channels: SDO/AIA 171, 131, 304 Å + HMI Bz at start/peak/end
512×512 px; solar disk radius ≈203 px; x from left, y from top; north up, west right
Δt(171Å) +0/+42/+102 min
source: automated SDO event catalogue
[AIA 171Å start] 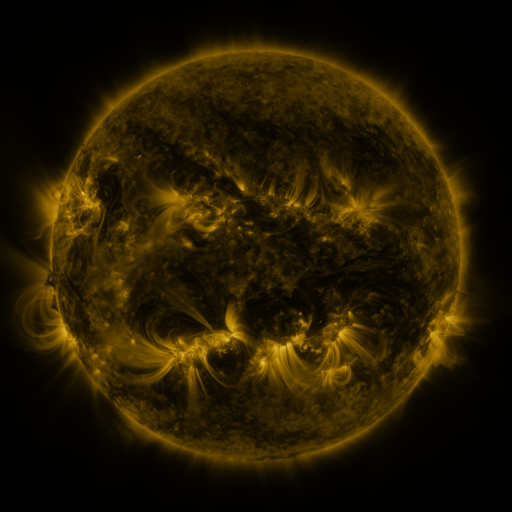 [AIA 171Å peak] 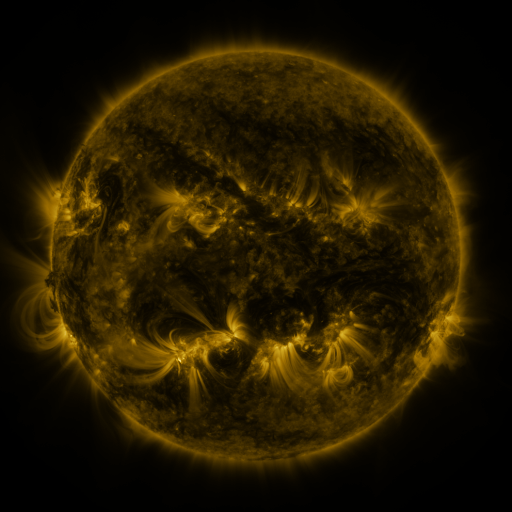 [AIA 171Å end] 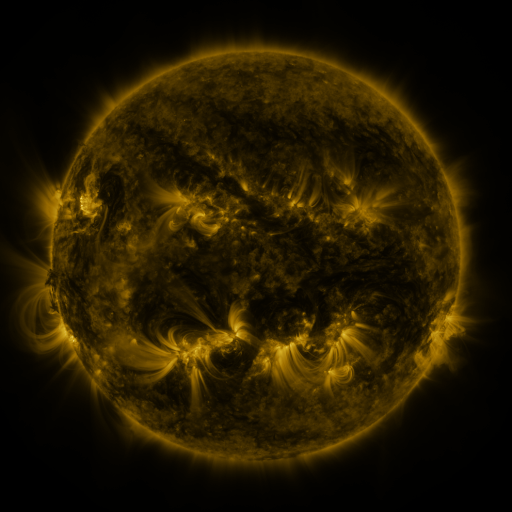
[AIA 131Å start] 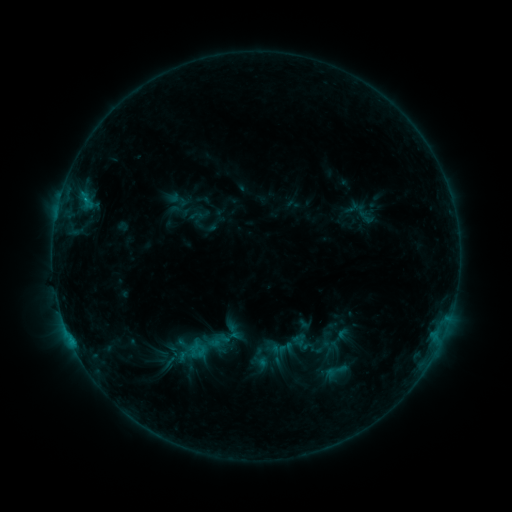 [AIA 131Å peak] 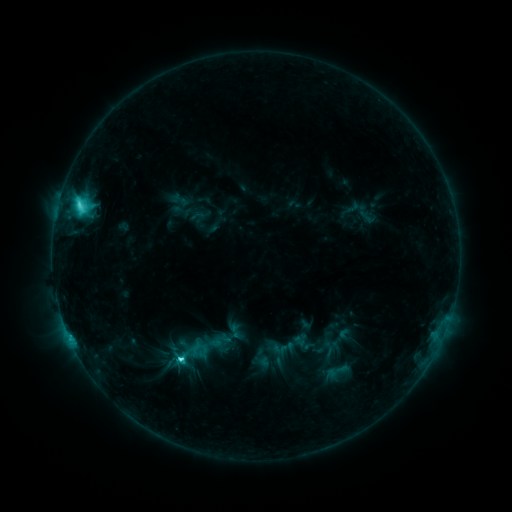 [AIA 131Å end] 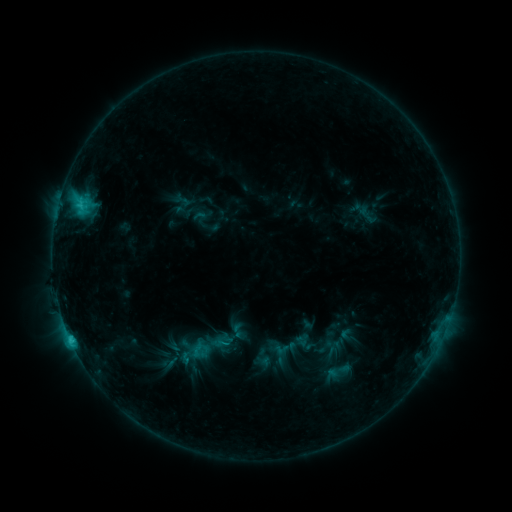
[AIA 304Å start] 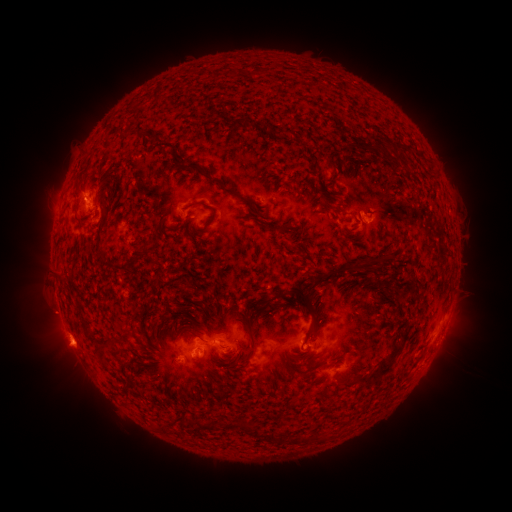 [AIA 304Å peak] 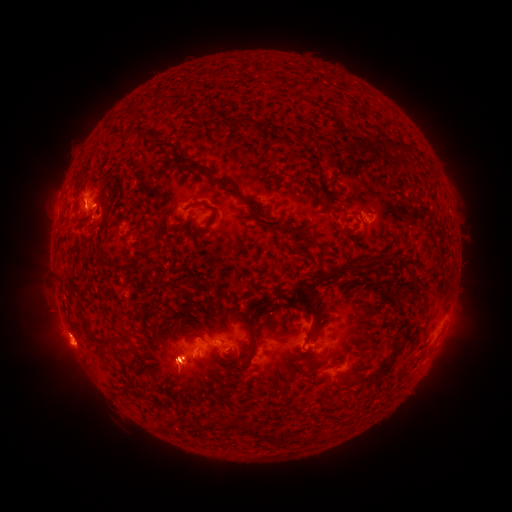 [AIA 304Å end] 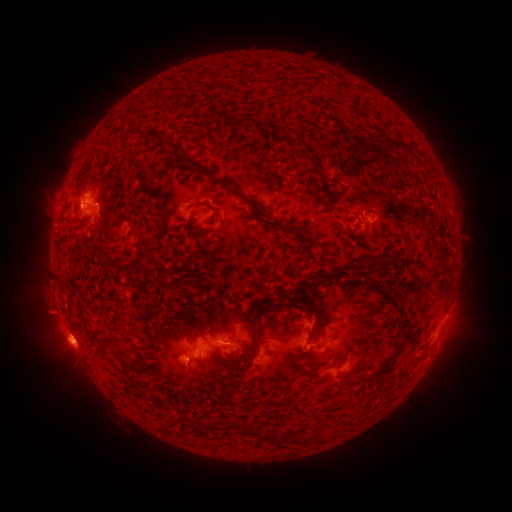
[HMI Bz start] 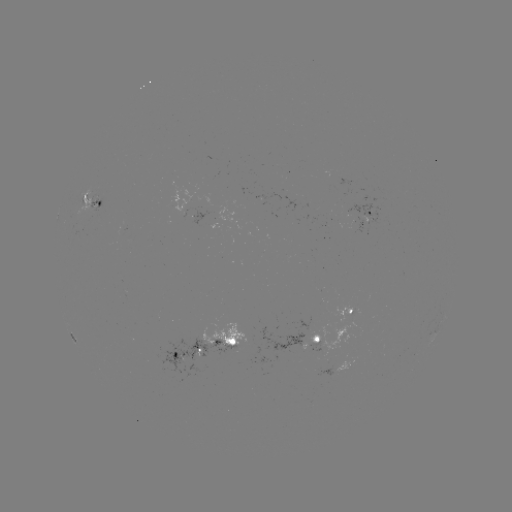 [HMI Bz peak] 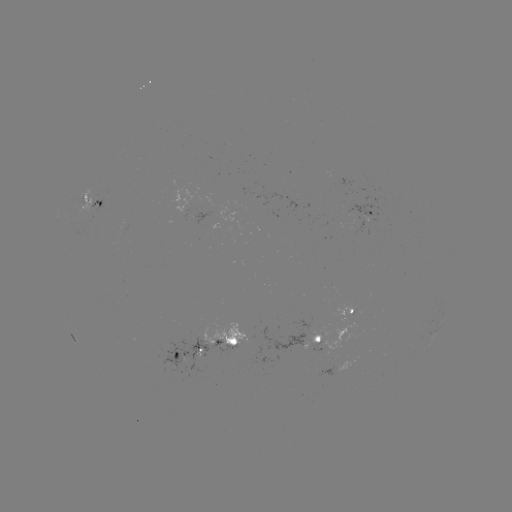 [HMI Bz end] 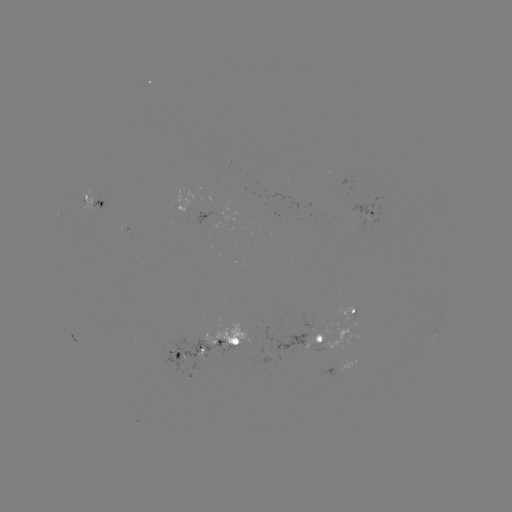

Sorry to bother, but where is C5.7 flare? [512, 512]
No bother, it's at (80, 208).